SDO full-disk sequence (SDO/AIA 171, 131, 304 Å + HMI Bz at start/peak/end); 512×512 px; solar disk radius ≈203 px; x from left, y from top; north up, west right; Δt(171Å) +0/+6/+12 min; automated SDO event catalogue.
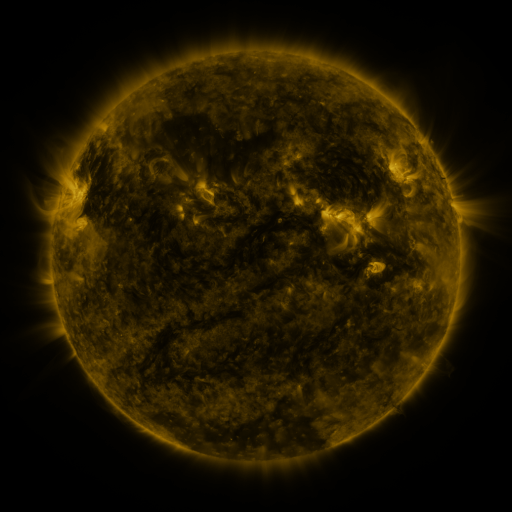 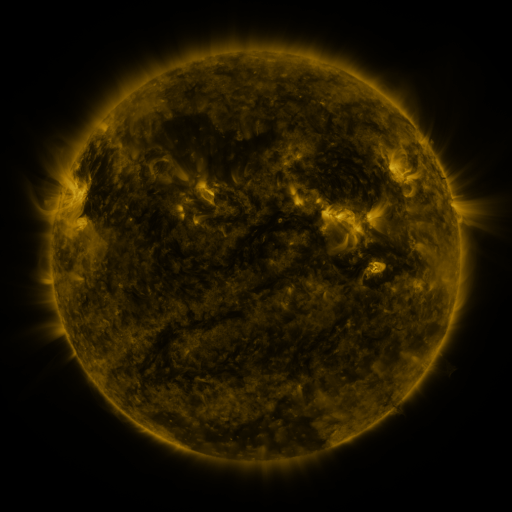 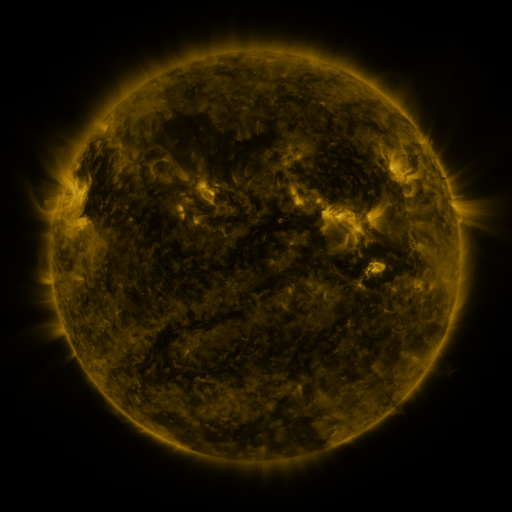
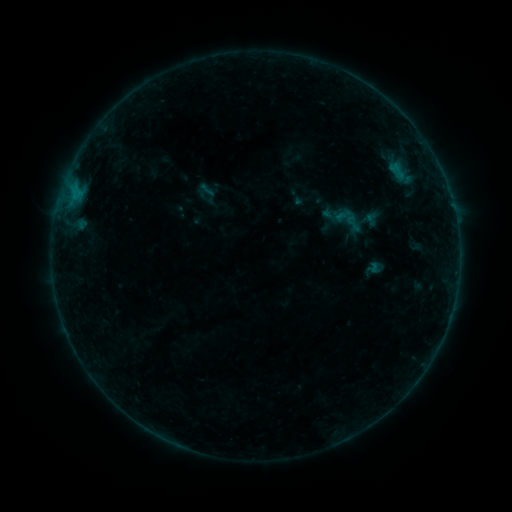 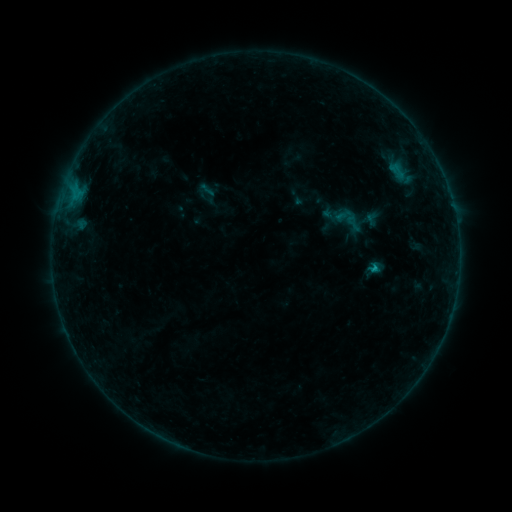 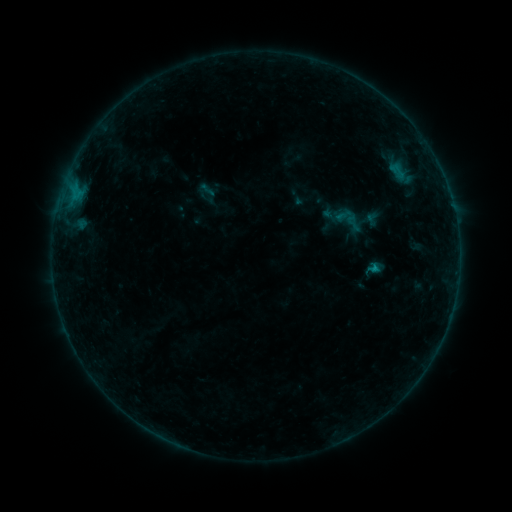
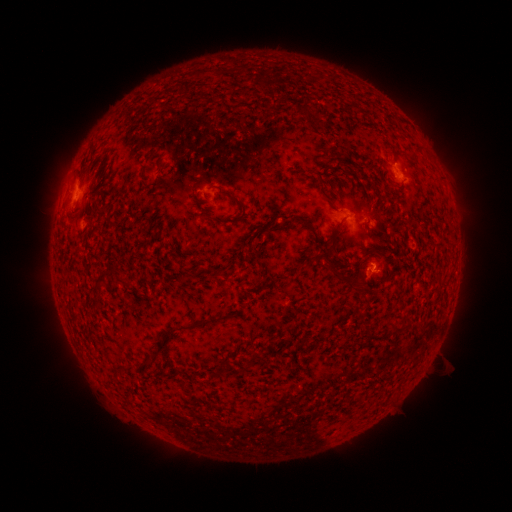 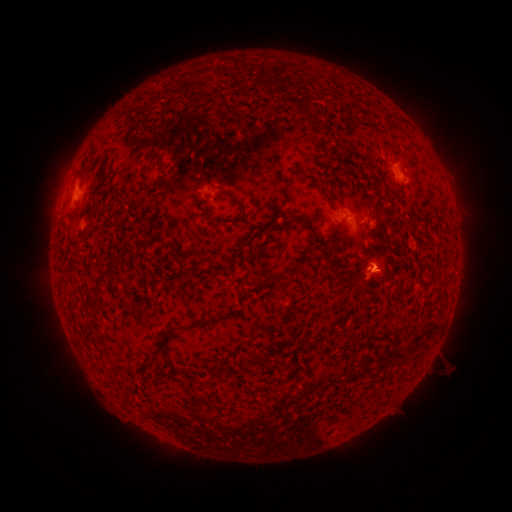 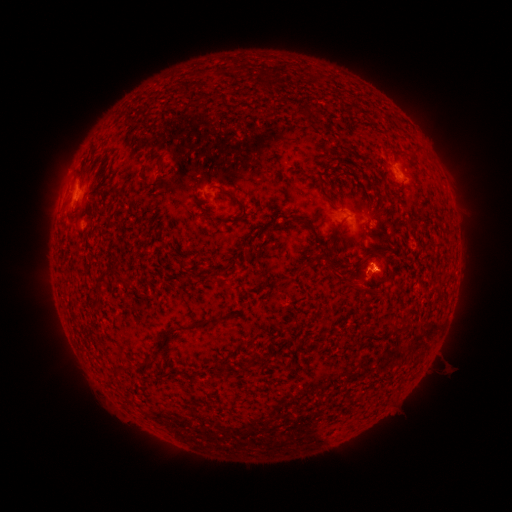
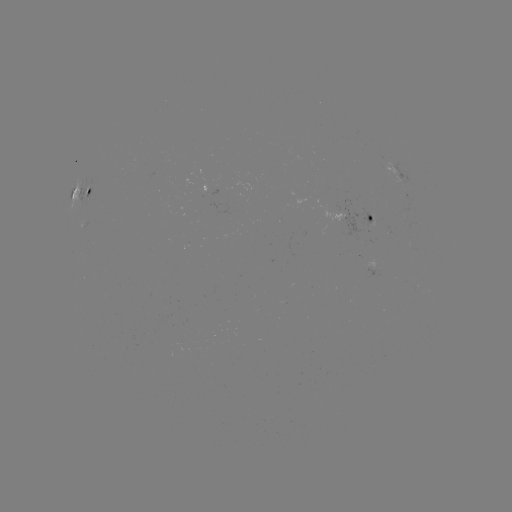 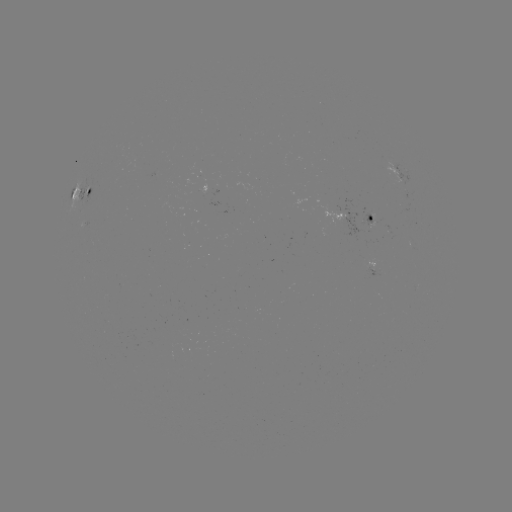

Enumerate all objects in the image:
B5.1 flare: (371, 267)
